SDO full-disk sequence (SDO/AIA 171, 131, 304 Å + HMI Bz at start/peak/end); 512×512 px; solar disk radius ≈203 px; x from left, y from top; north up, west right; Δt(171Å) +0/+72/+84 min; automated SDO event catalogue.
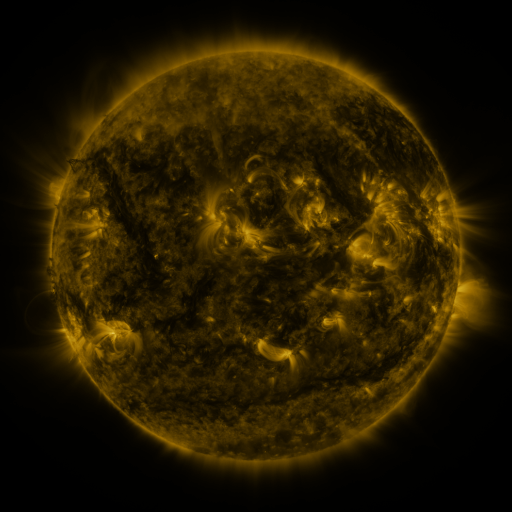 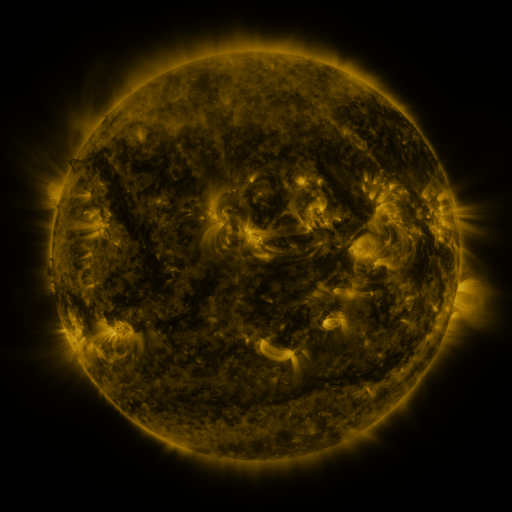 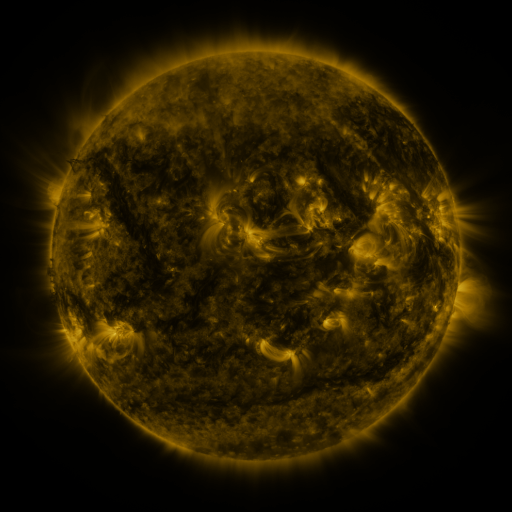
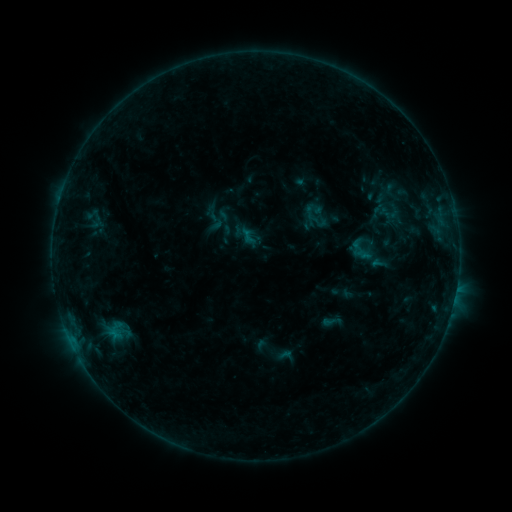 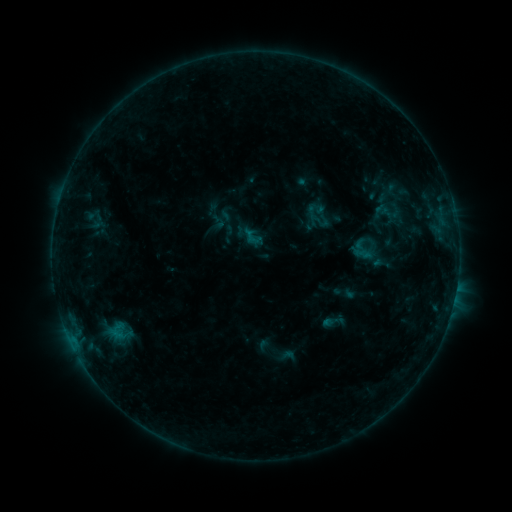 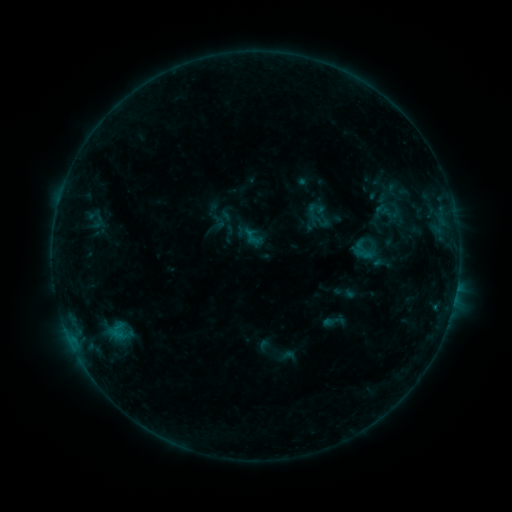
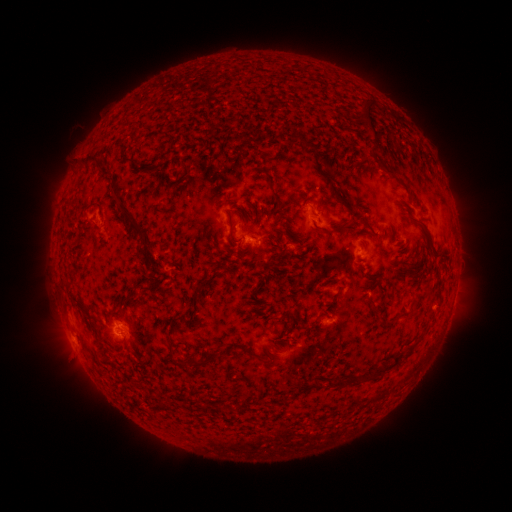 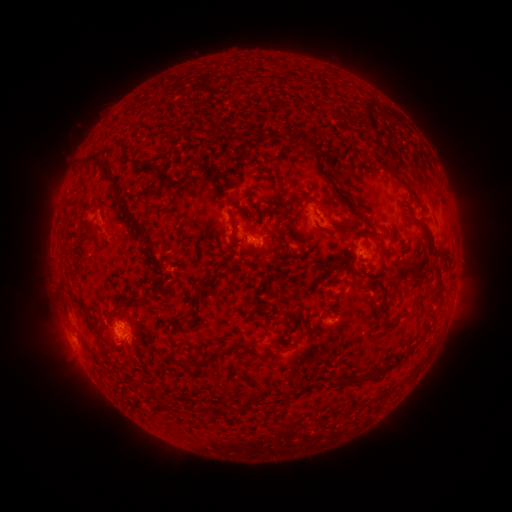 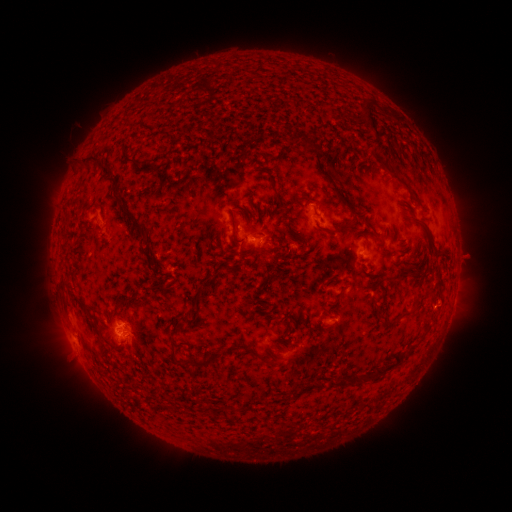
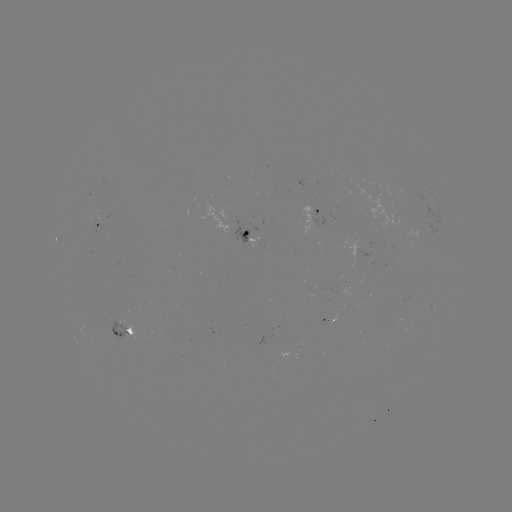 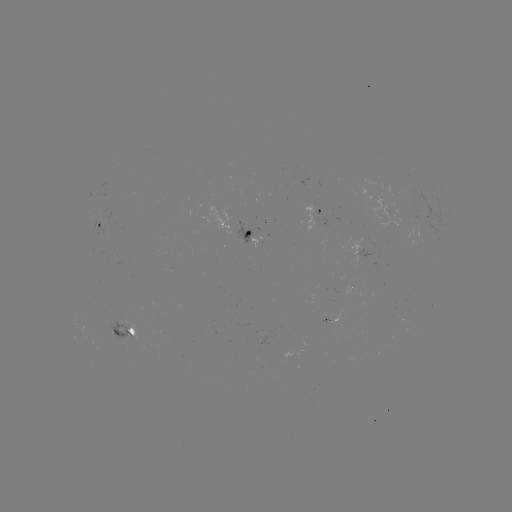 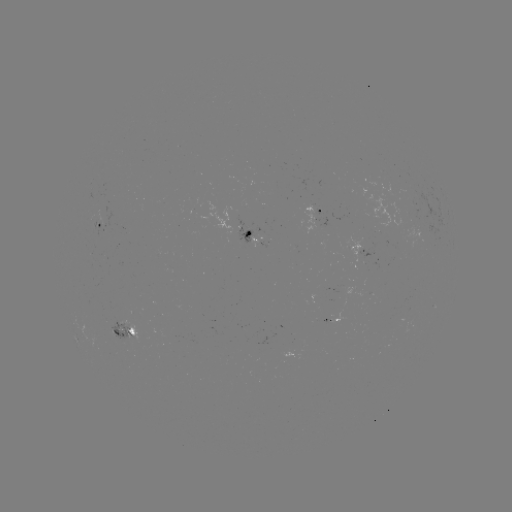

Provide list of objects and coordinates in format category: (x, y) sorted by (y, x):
emerging-flux region: (124, 333)
